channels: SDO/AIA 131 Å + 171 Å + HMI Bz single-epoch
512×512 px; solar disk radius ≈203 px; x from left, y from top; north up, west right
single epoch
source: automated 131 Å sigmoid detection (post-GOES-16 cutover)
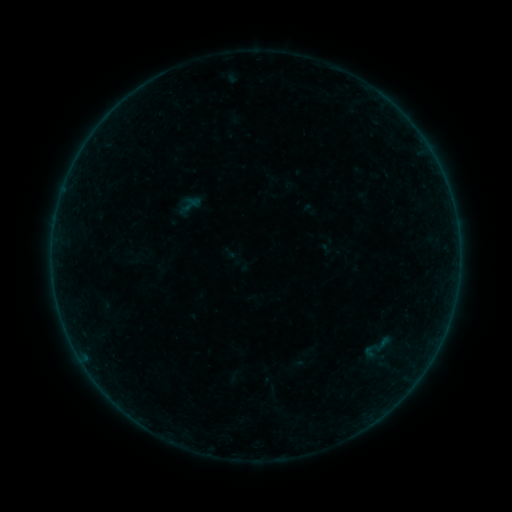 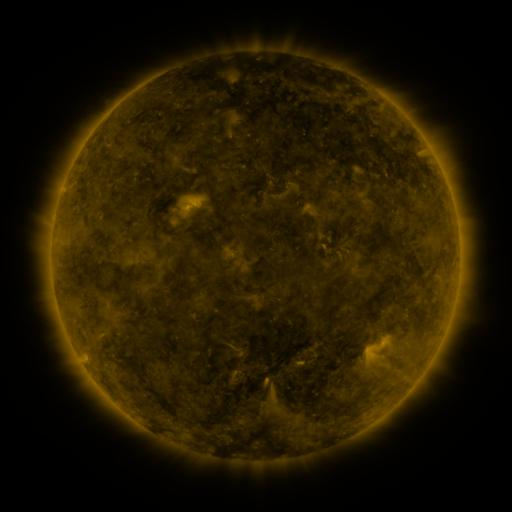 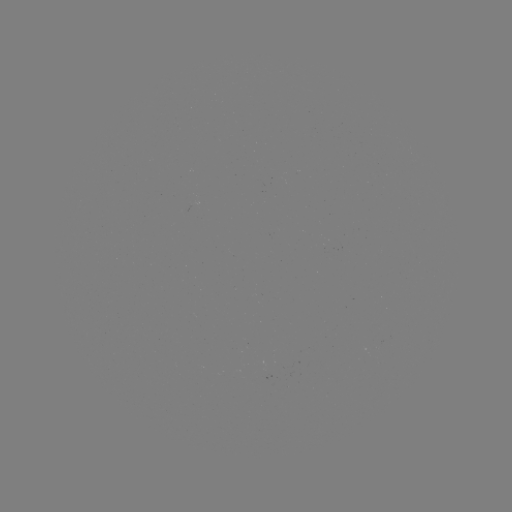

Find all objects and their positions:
sigmoid: [175, 191, 204, 222]
